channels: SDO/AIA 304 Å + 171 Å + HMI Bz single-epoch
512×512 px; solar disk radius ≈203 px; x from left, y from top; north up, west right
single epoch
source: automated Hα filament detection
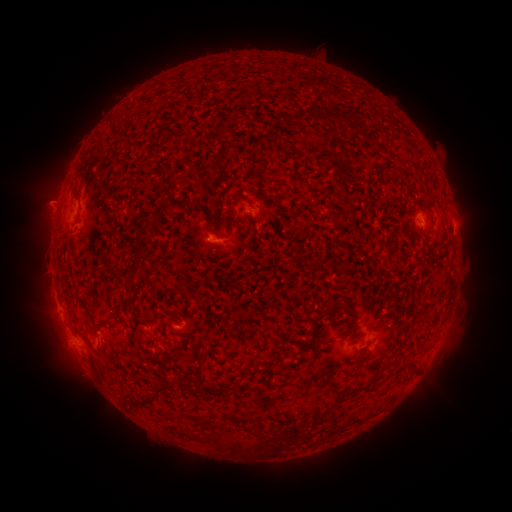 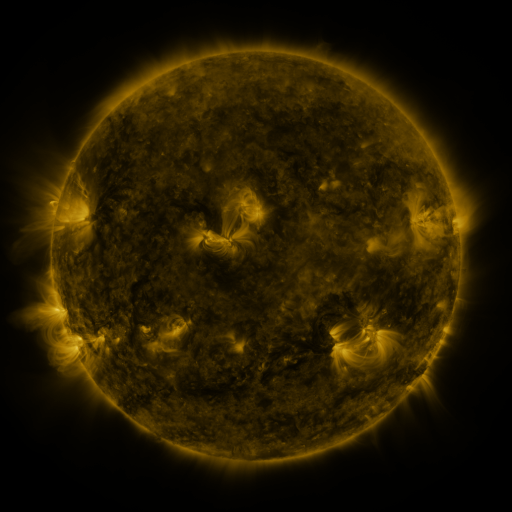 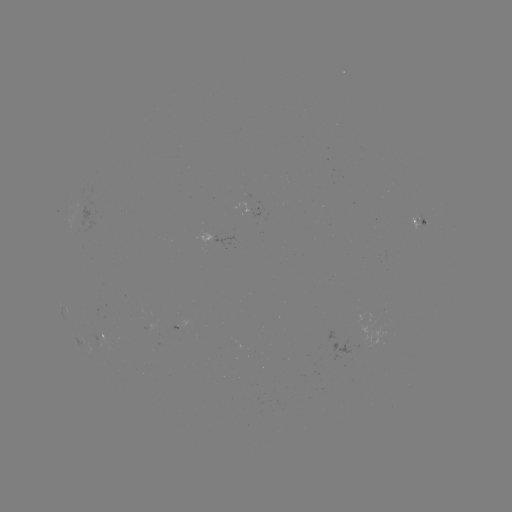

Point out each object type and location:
filament: [283, 111, 304, 128]
filament: [241, 196, 252, 207]
filament: [131, 233, 143, 271]
filament: [127, 275, 138, 288]
filament: [331, 301, 352, 315]
filament: [92, 316, 113, 334]
filament: [79, 331, 95, 351]
filament: [222, 345, 230, 356]
filament: [283, 348, 293, 360]
filament: [249, 358, 268, 379]
filament: [131, 385, 170, 407]
filament: [290, 419, 305, 440]
filament: [202, 432, 214, 442]
filament: [231, 437, 251, 454]
